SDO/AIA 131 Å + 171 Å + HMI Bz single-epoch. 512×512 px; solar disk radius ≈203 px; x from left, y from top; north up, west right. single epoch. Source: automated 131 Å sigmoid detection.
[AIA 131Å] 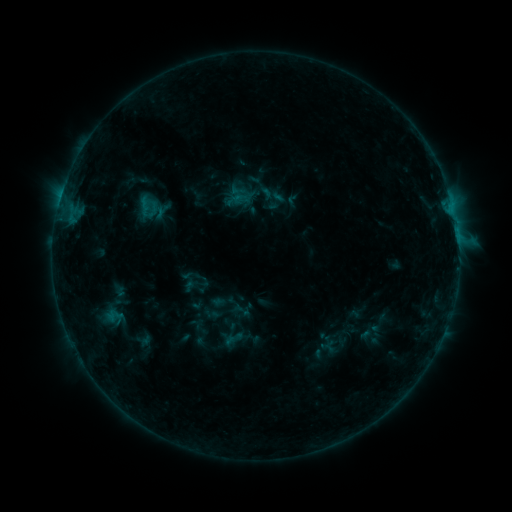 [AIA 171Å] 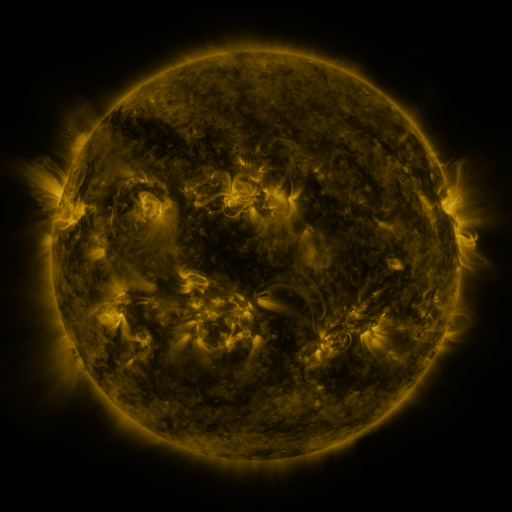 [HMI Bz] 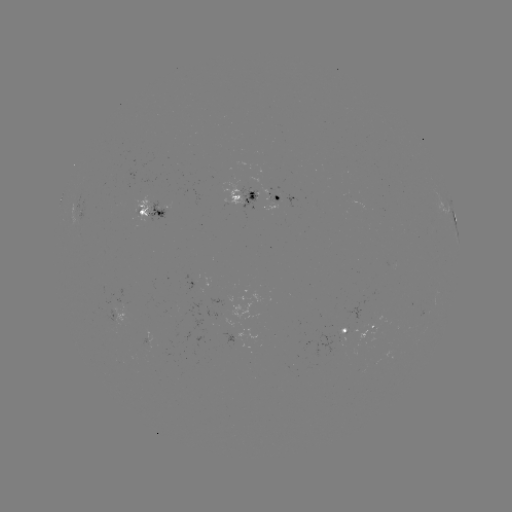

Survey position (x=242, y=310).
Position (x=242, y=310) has sigmoid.